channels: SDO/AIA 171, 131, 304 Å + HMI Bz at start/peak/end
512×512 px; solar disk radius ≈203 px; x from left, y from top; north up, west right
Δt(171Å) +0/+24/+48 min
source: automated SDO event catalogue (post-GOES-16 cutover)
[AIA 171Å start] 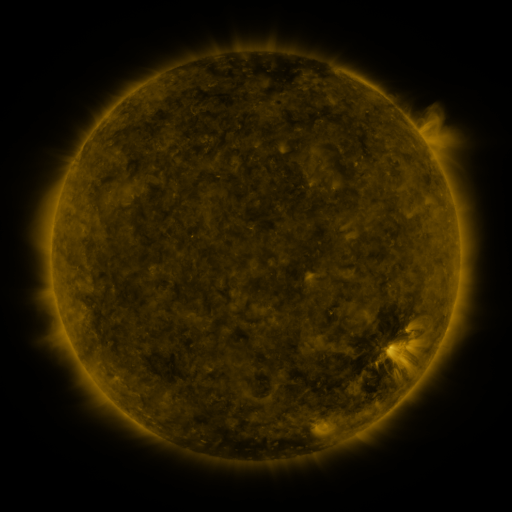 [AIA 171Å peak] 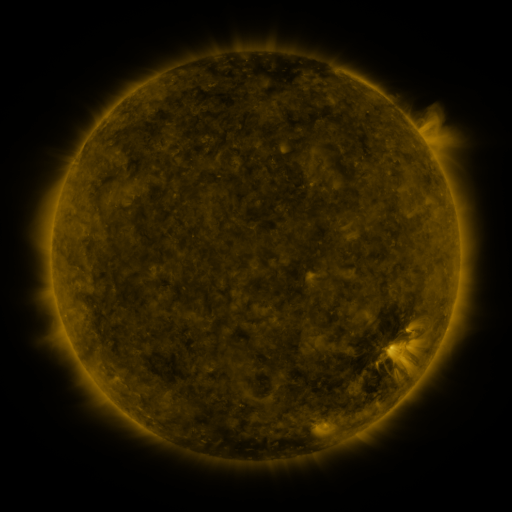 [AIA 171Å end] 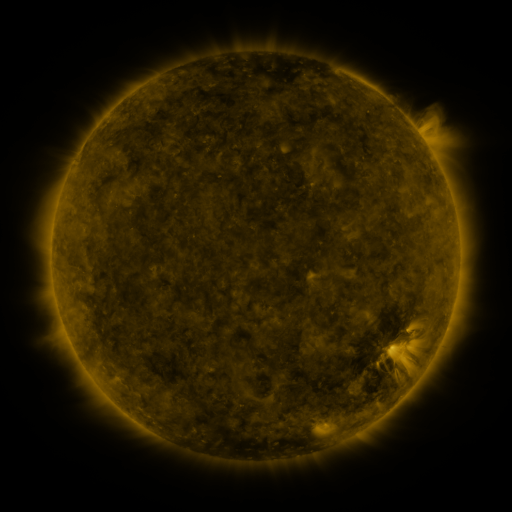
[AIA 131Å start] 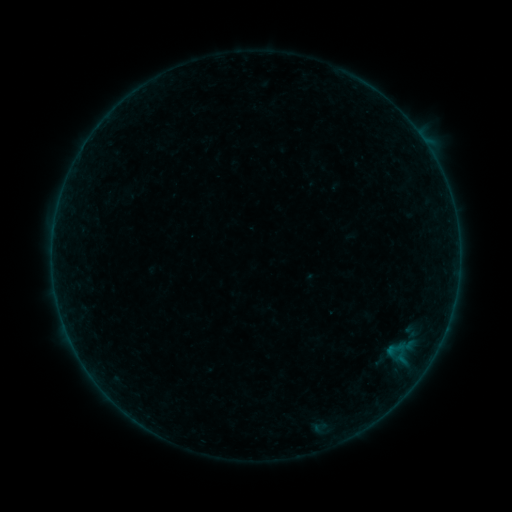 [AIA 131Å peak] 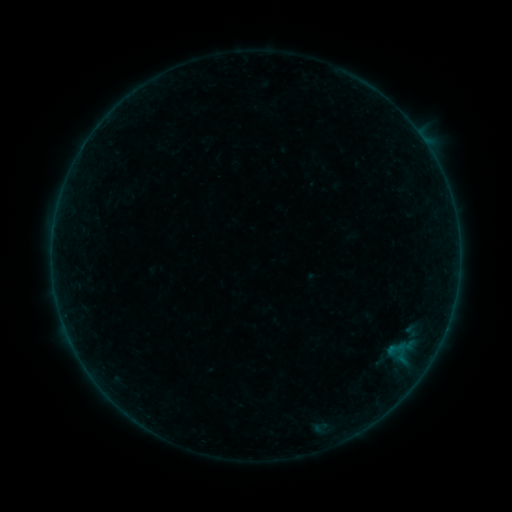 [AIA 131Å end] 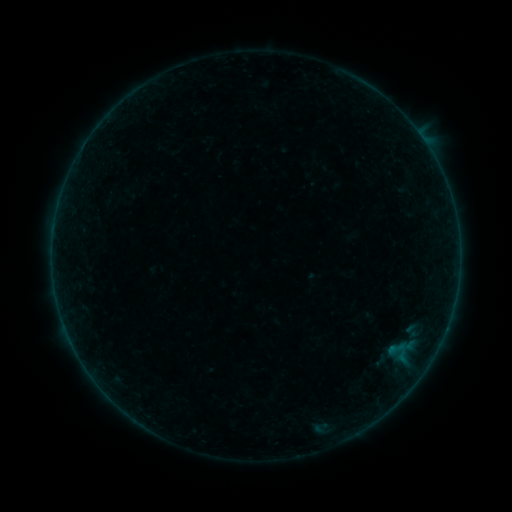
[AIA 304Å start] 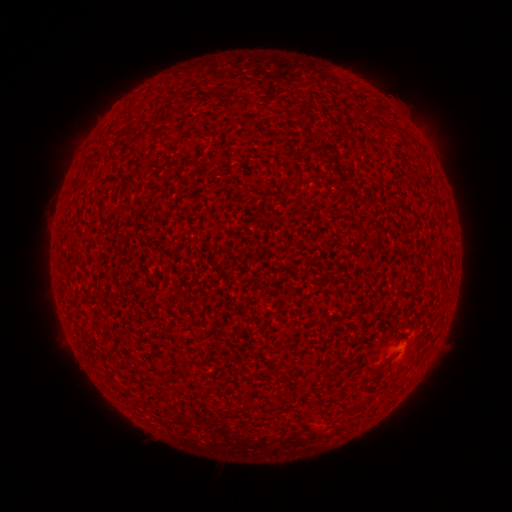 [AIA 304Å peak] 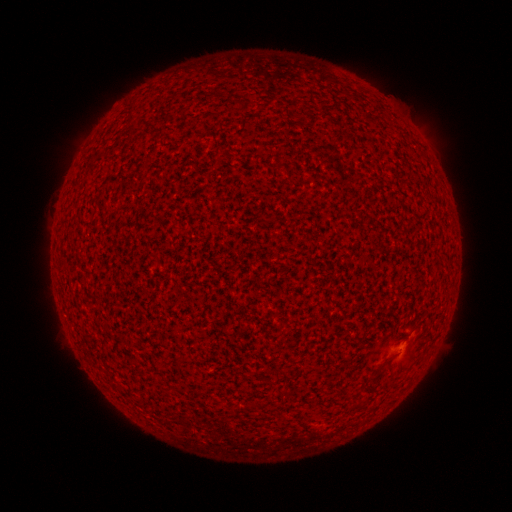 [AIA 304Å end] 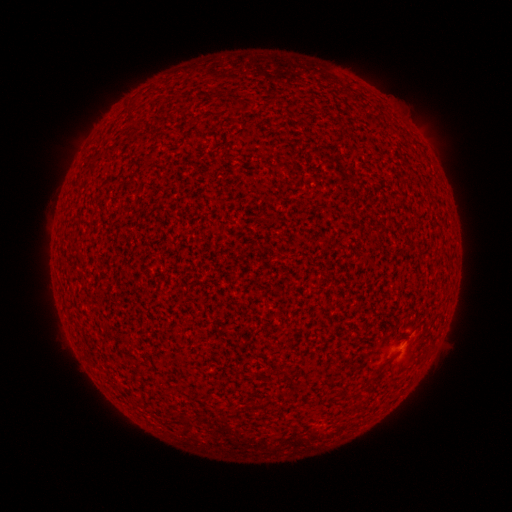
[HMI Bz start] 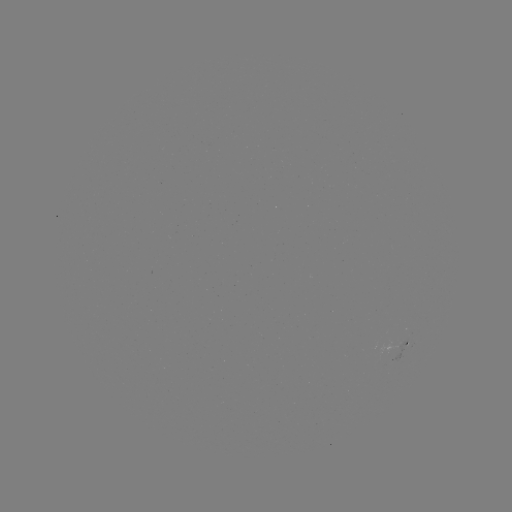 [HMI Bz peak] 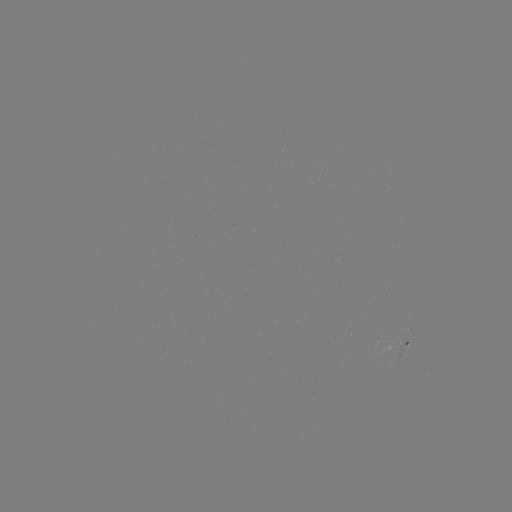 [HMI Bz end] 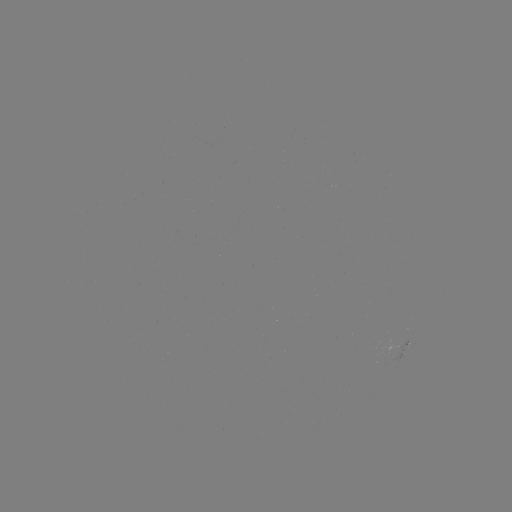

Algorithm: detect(A2.8 flare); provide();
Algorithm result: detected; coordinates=[401, 353]